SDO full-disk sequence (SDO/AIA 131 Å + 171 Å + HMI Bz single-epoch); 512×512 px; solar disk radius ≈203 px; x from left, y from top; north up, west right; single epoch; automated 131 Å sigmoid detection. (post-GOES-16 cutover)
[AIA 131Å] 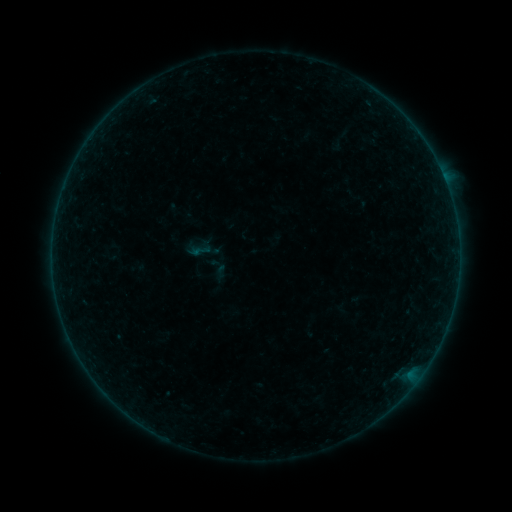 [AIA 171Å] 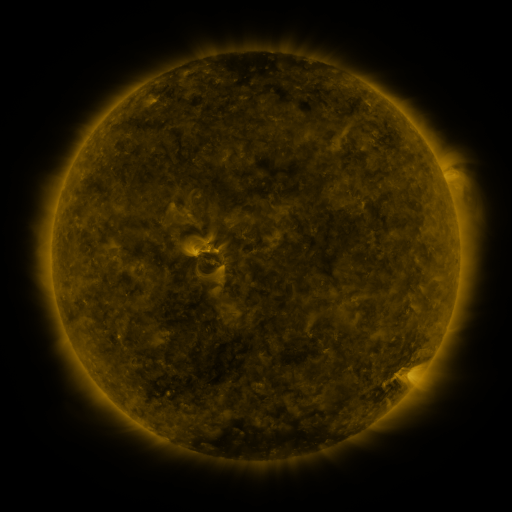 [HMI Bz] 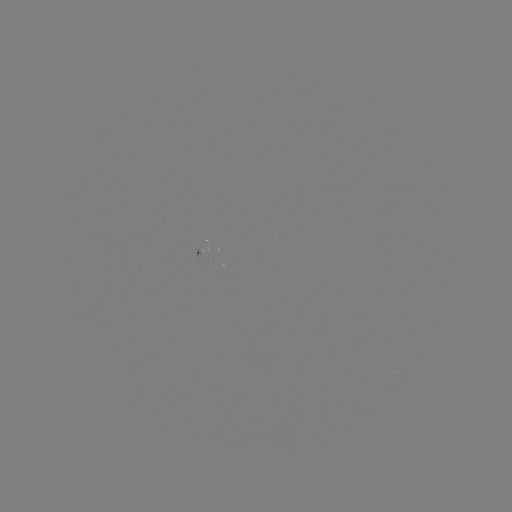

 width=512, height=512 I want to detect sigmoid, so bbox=[206, 254, 228, 275].